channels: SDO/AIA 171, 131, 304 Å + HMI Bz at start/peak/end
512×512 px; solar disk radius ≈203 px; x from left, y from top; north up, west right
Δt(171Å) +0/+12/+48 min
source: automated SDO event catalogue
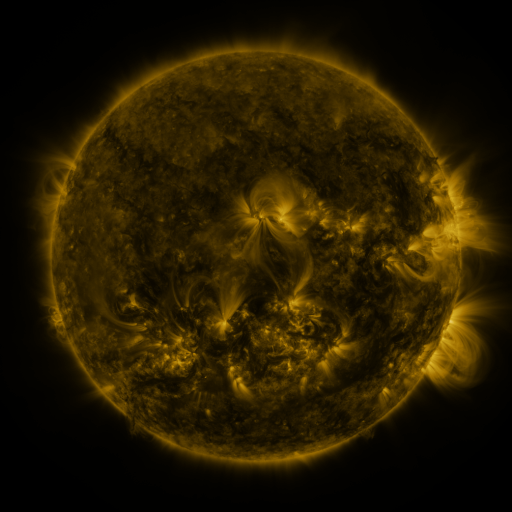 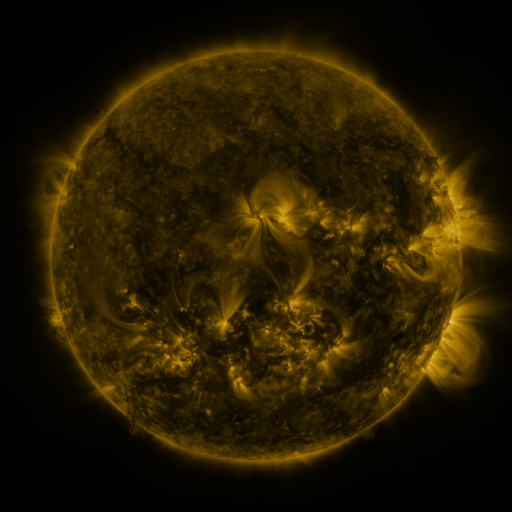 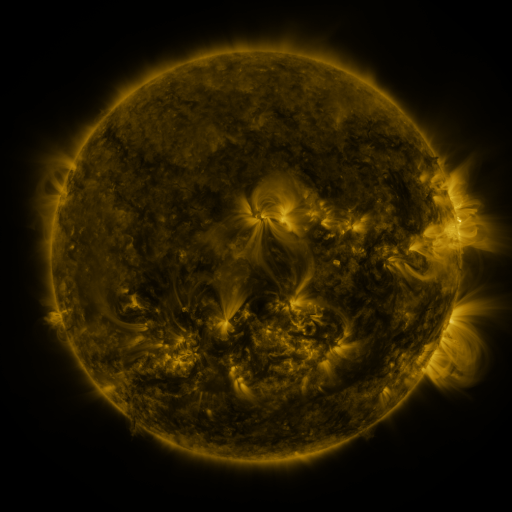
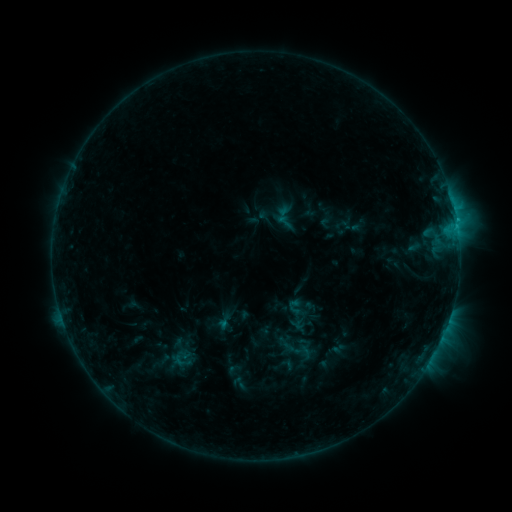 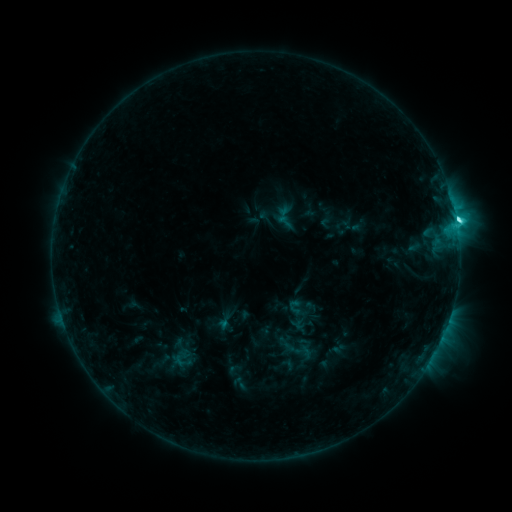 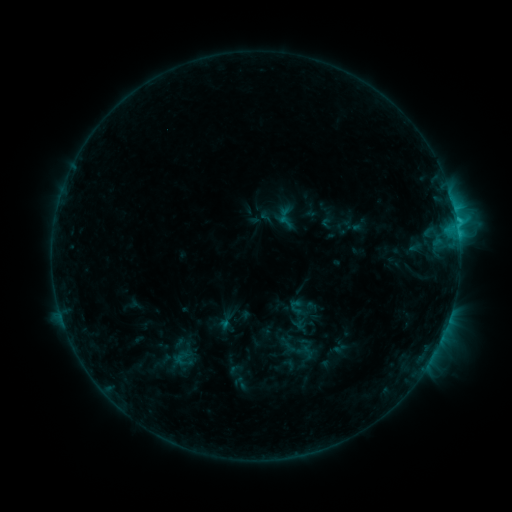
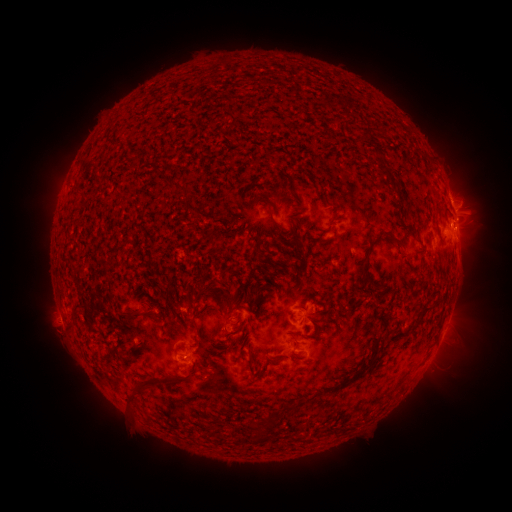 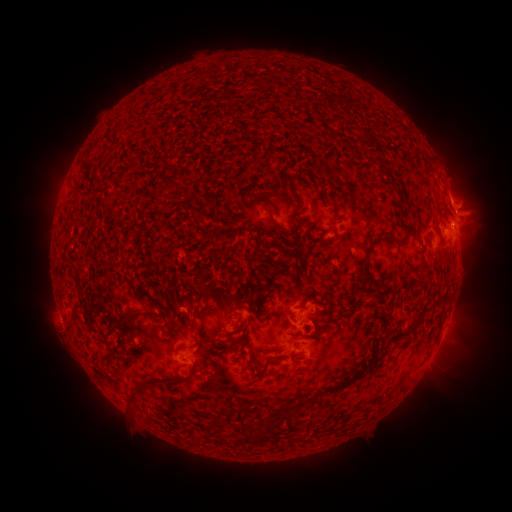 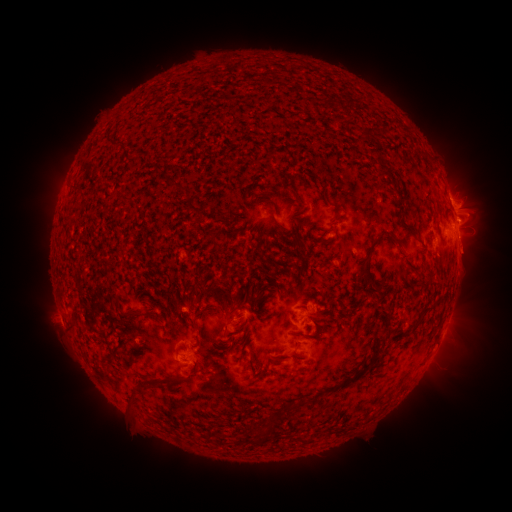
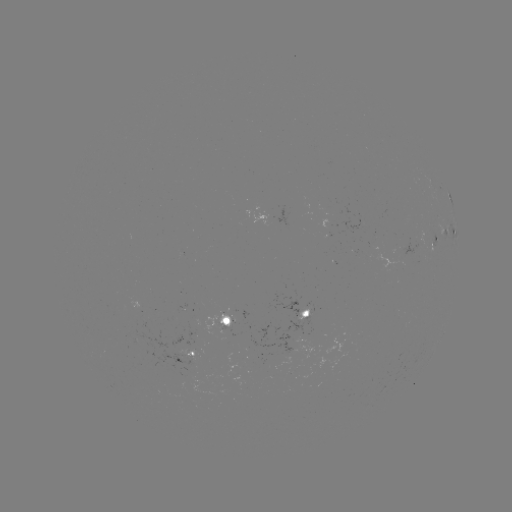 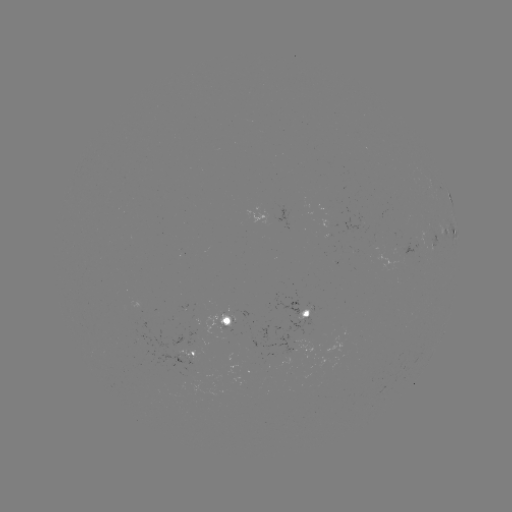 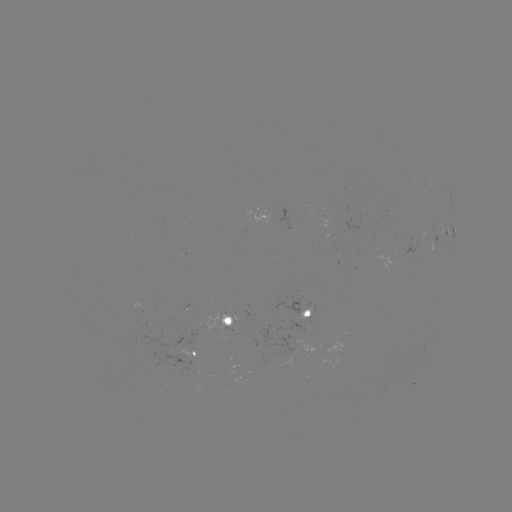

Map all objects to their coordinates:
C4.8 flare: (456, 224)
